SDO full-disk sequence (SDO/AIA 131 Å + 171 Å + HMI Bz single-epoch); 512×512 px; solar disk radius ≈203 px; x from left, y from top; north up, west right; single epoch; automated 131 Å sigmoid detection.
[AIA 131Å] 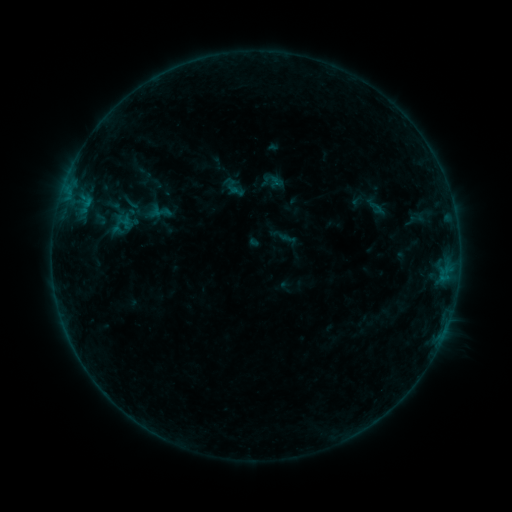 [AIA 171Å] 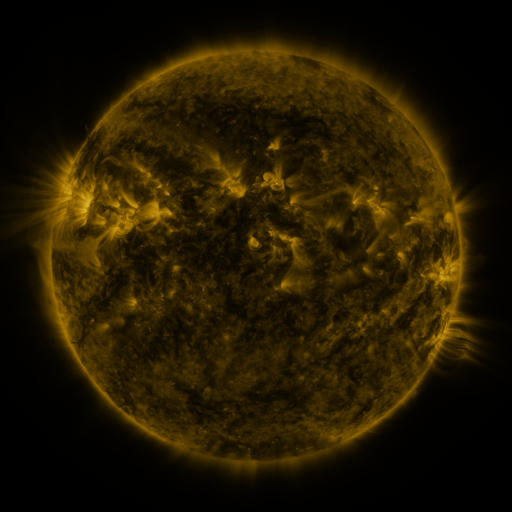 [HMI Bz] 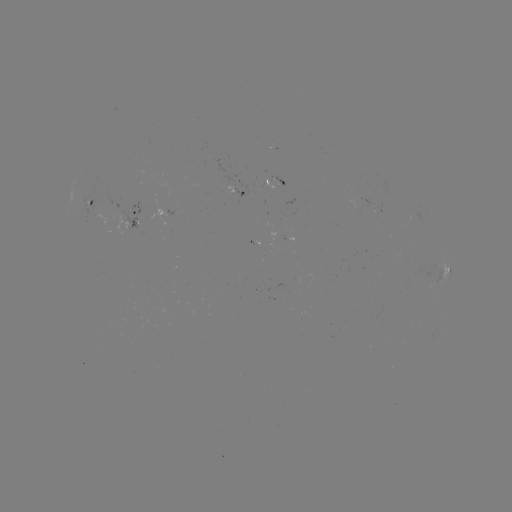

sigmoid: (121, 193, 139, 211)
